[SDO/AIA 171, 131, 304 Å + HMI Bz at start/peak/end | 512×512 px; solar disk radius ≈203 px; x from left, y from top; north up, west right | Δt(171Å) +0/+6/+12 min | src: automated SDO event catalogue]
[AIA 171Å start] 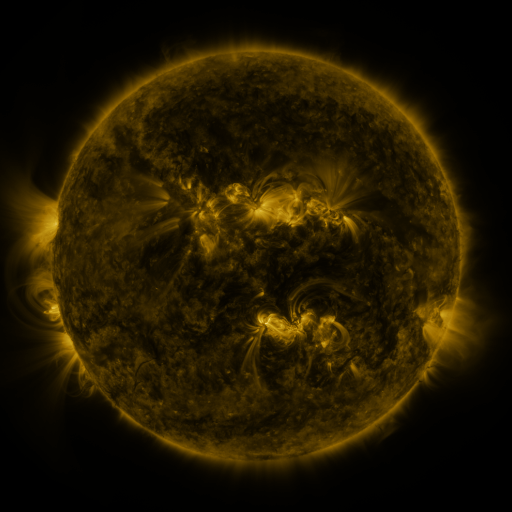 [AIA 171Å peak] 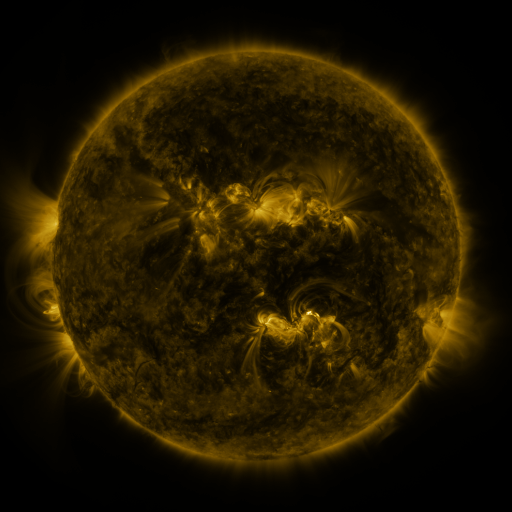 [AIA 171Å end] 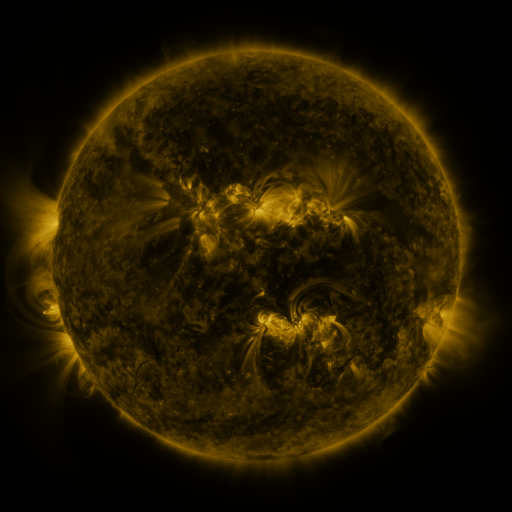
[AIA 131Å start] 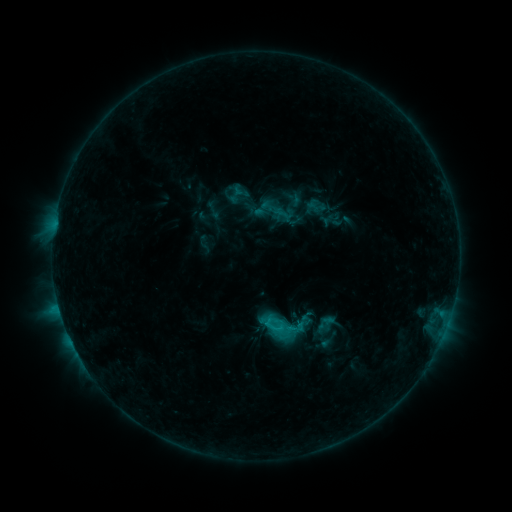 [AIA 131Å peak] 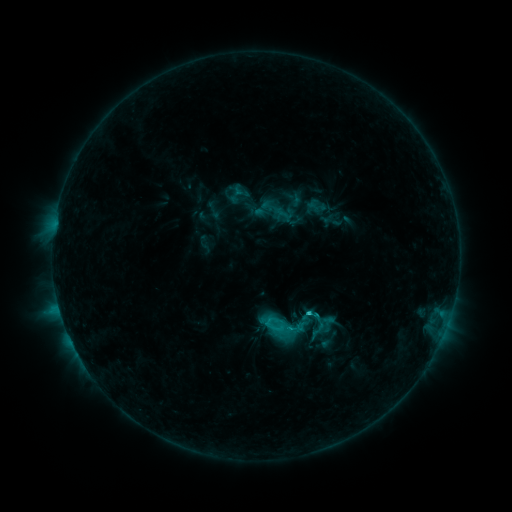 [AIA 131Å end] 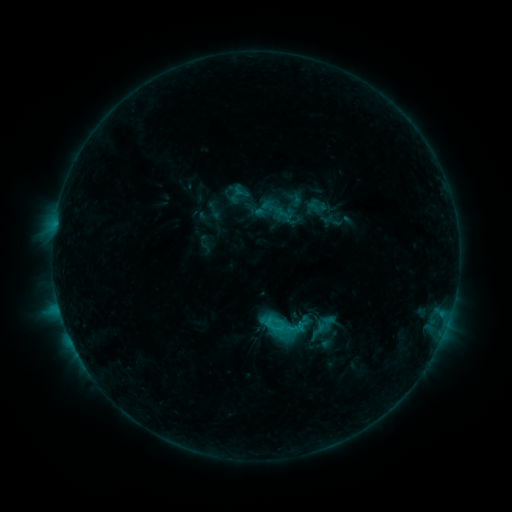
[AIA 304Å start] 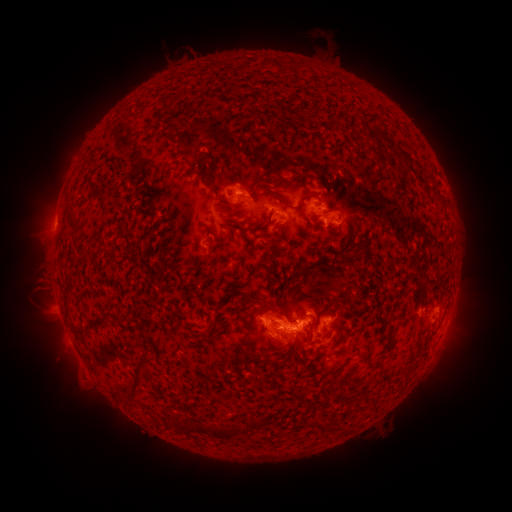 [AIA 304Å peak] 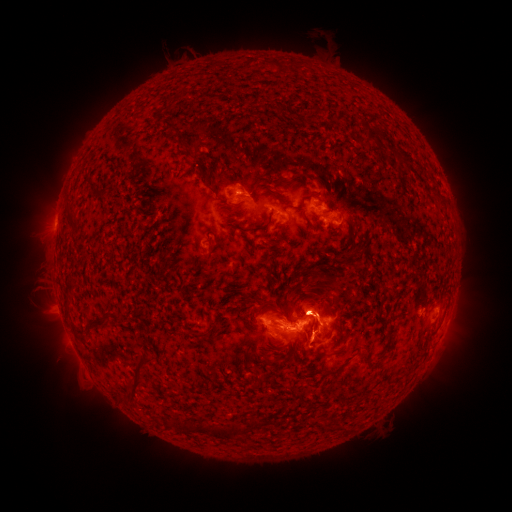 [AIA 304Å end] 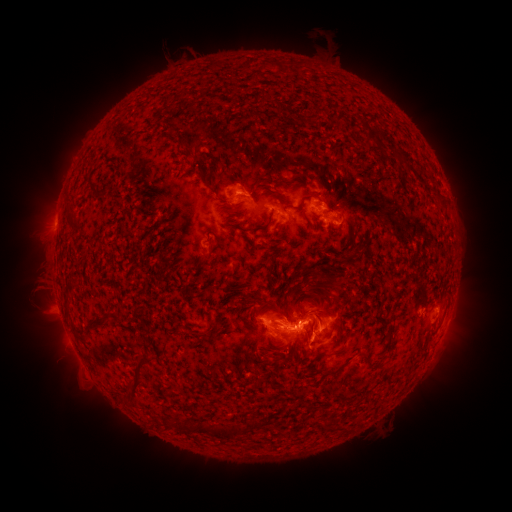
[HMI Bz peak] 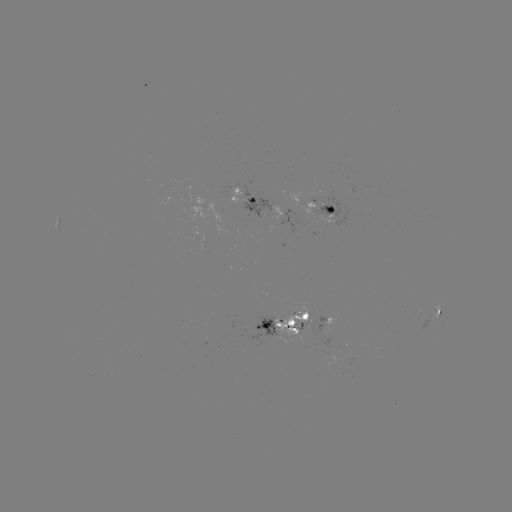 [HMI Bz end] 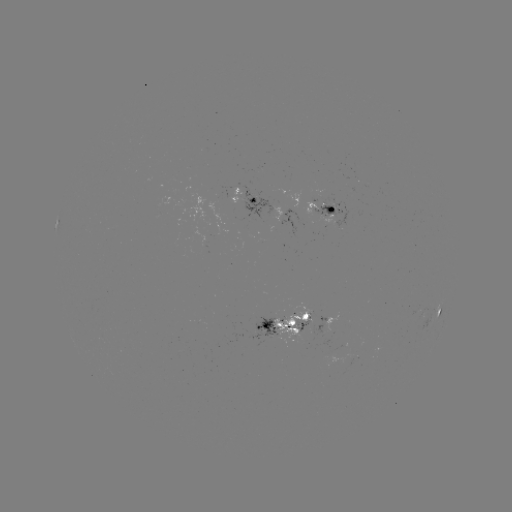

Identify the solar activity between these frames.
C3.5 flare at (314, 312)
